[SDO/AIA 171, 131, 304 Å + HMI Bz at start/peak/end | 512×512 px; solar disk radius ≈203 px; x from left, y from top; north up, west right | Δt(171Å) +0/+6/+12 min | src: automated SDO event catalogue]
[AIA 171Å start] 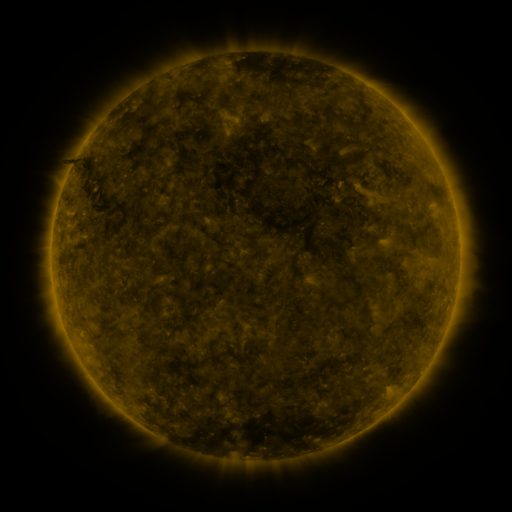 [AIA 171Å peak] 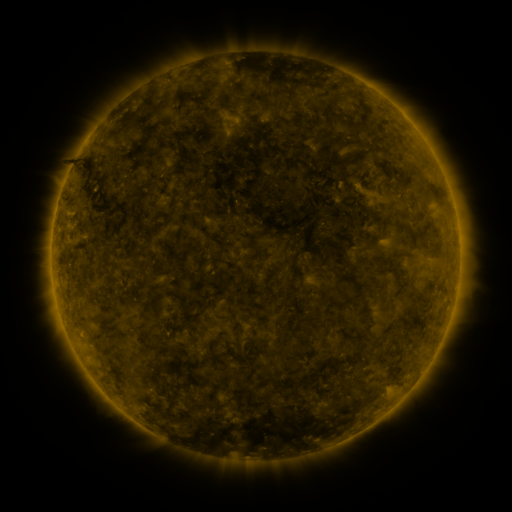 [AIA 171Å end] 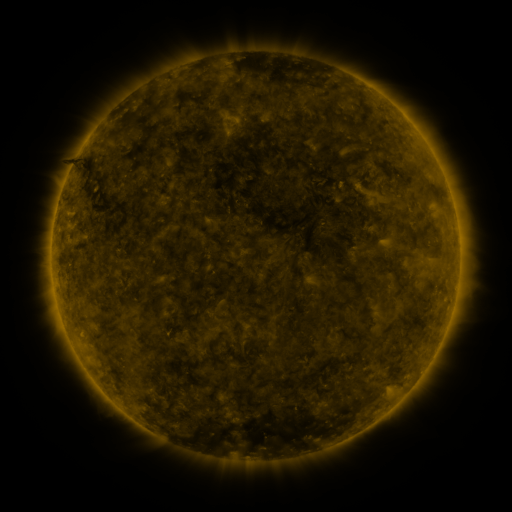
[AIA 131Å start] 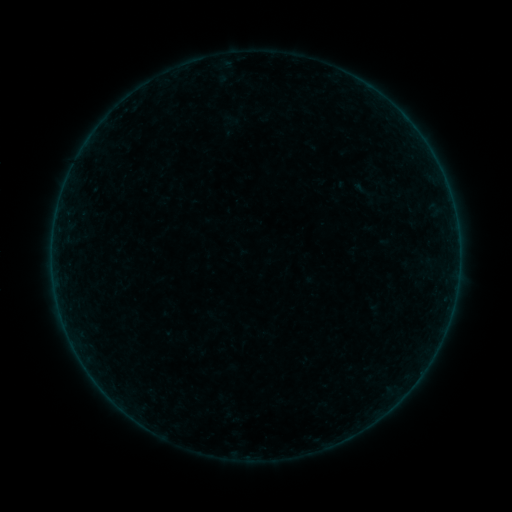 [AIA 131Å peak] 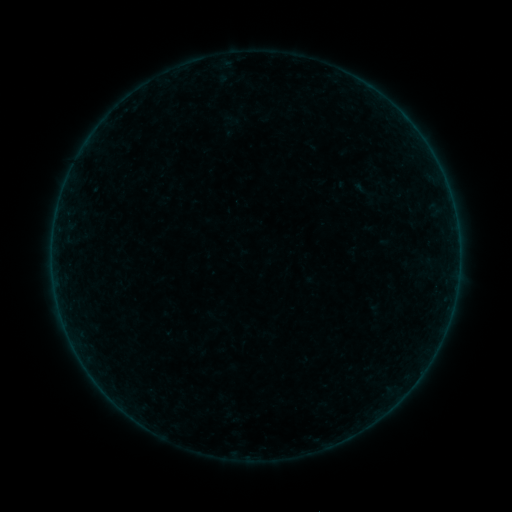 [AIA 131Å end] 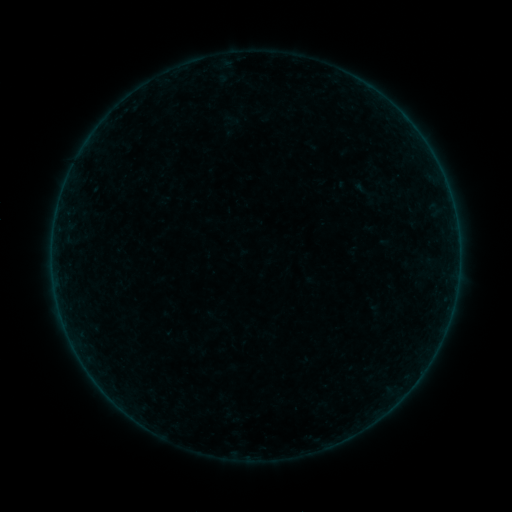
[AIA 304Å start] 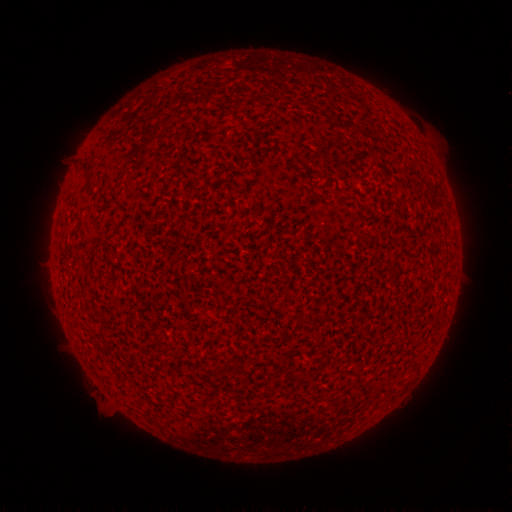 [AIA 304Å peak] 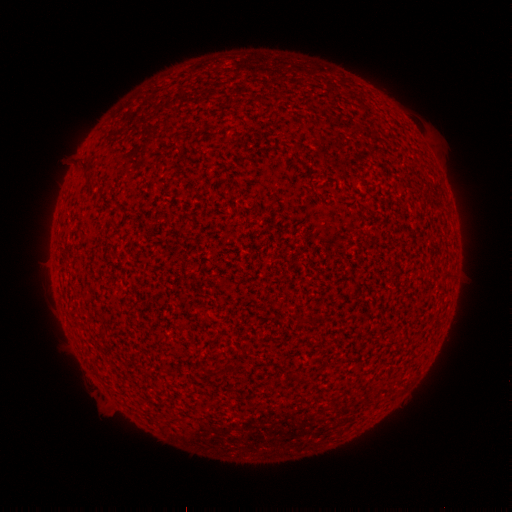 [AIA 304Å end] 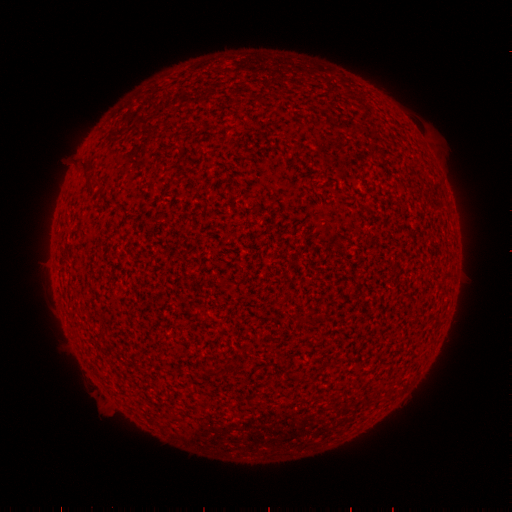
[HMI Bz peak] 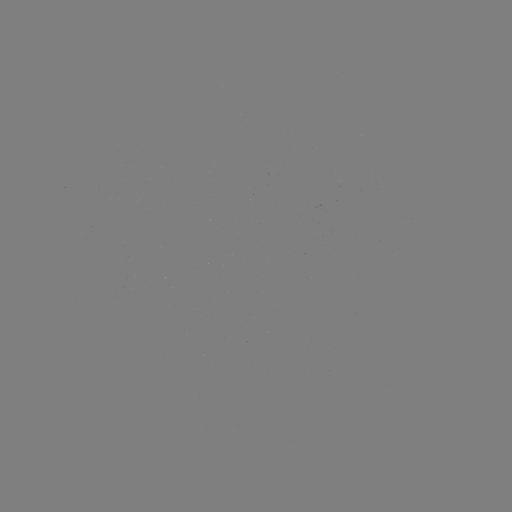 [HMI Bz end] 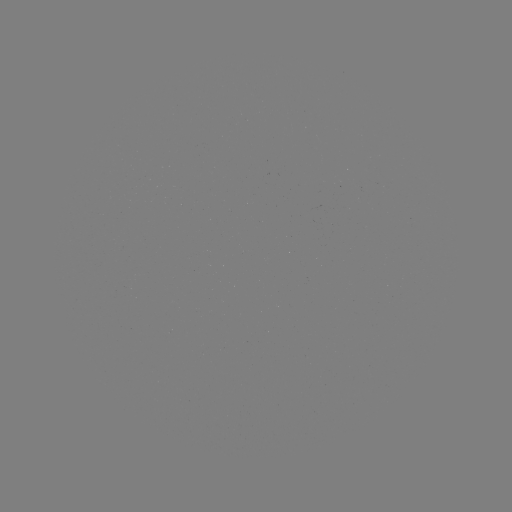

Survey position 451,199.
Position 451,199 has A2.6 flare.